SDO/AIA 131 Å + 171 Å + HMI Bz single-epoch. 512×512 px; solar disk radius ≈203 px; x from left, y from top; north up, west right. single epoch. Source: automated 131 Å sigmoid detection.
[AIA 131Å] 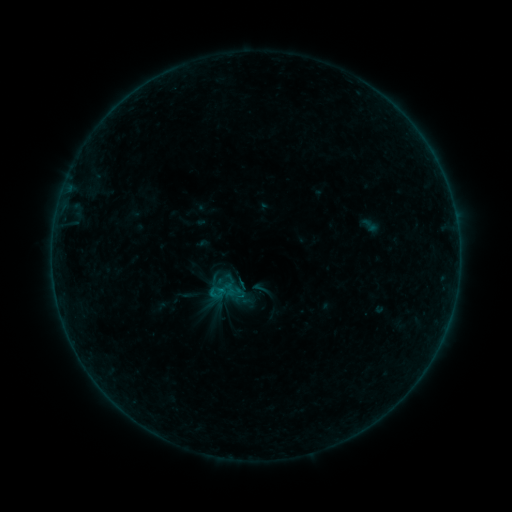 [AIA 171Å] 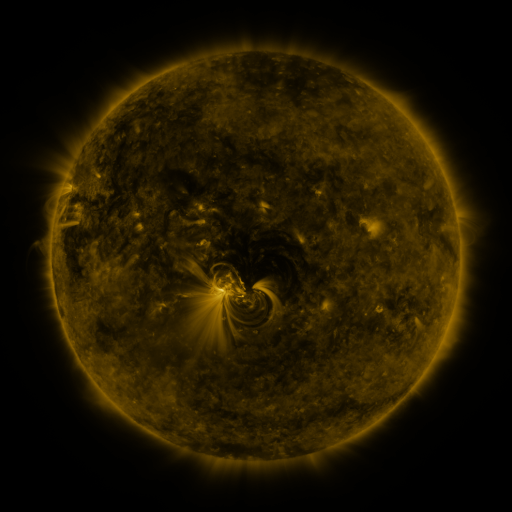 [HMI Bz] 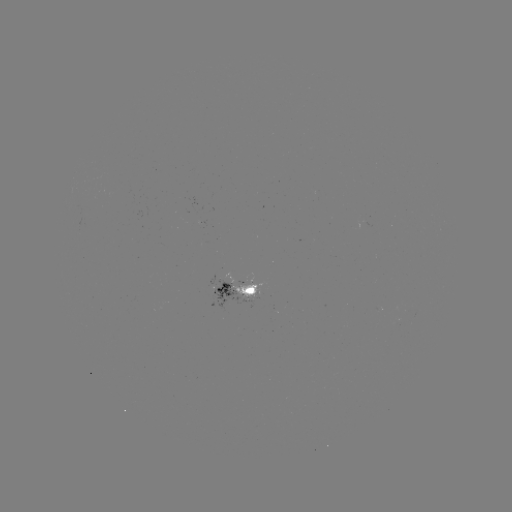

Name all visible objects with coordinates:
sigmoid: (261, 289)
sigmoid: (233, 290)
